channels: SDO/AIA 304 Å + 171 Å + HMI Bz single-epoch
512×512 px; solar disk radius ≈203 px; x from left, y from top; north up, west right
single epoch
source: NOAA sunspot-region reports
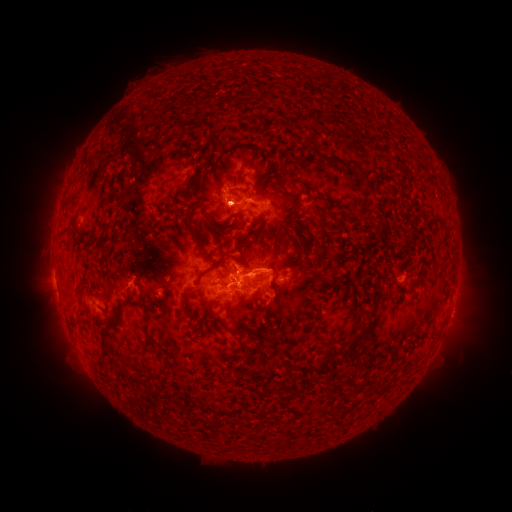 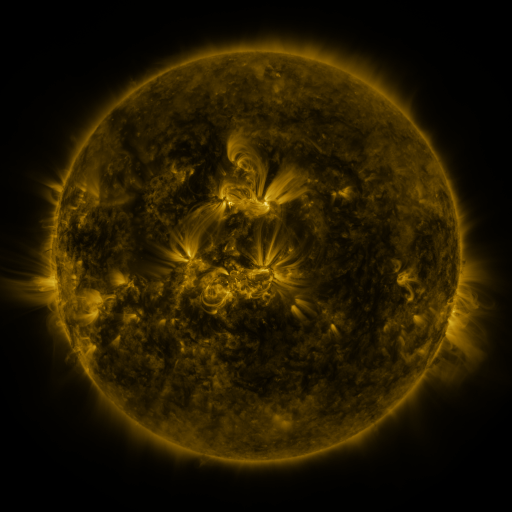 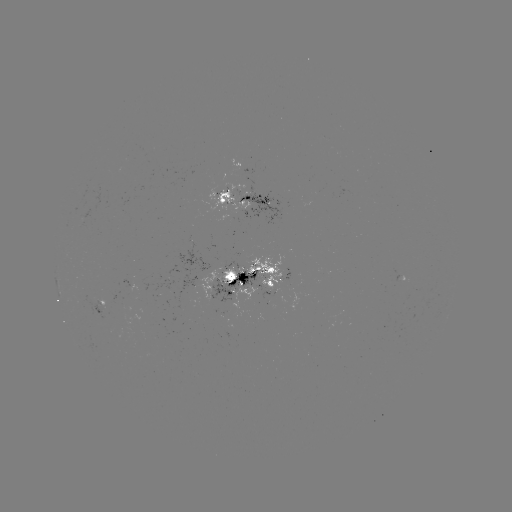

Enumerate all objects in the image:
spotted active region: (245, 199)
spotted active region: (252, 280)
spotted active region: (99, 306)
